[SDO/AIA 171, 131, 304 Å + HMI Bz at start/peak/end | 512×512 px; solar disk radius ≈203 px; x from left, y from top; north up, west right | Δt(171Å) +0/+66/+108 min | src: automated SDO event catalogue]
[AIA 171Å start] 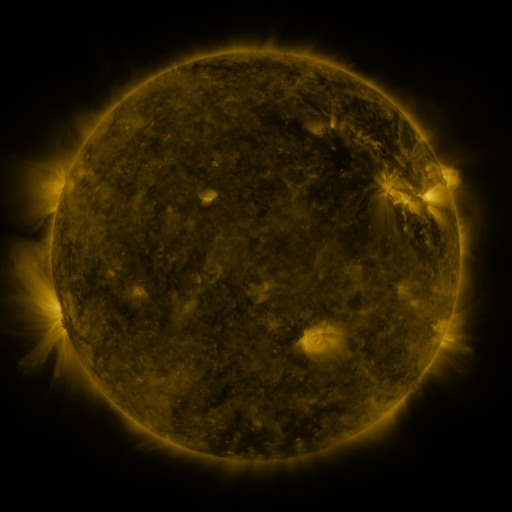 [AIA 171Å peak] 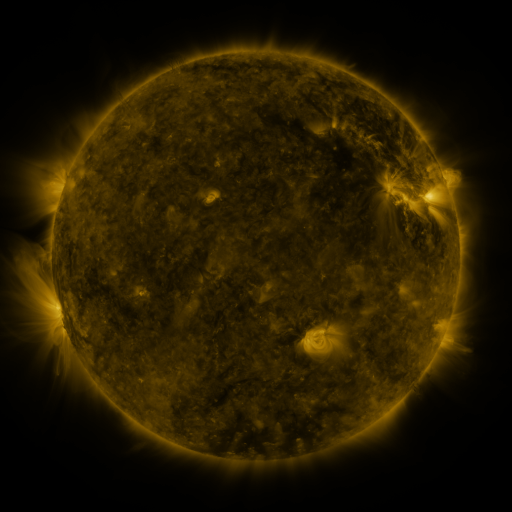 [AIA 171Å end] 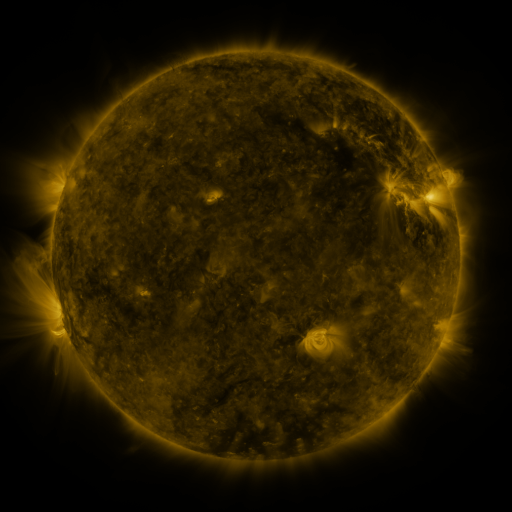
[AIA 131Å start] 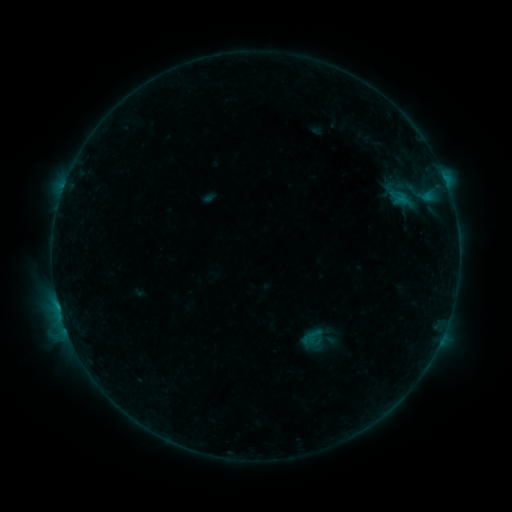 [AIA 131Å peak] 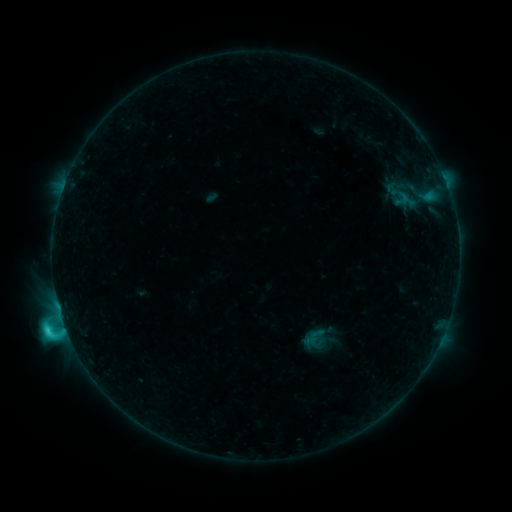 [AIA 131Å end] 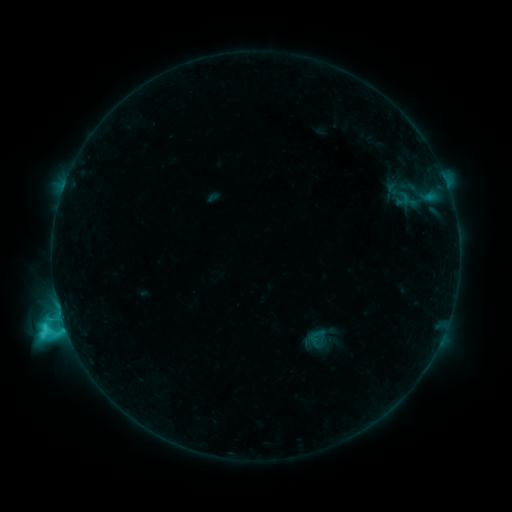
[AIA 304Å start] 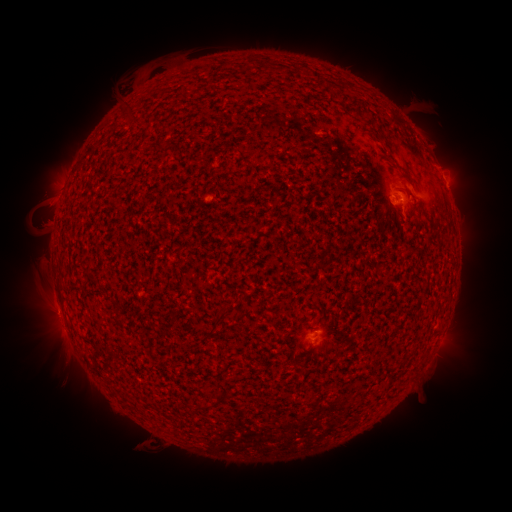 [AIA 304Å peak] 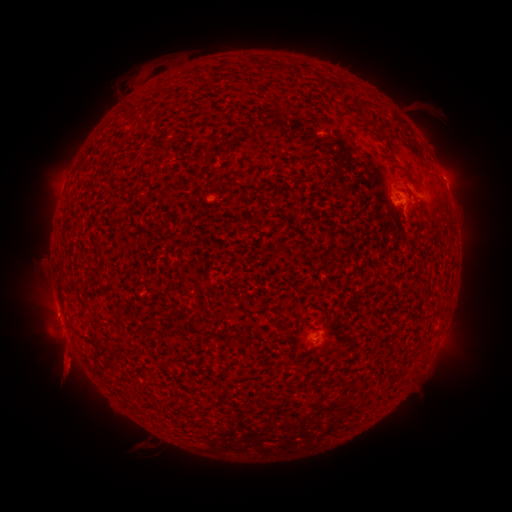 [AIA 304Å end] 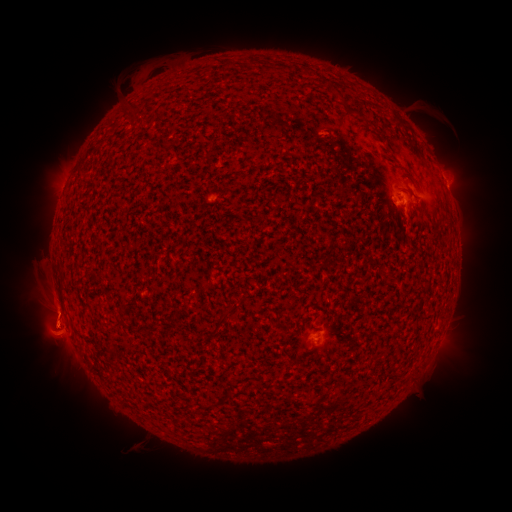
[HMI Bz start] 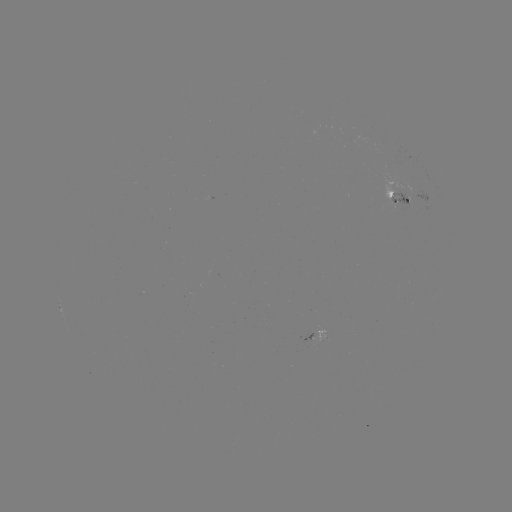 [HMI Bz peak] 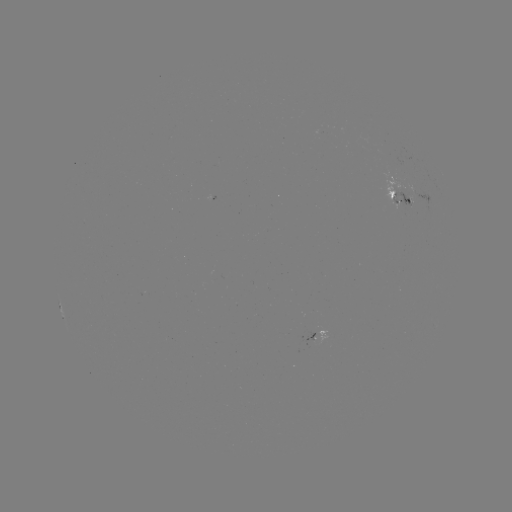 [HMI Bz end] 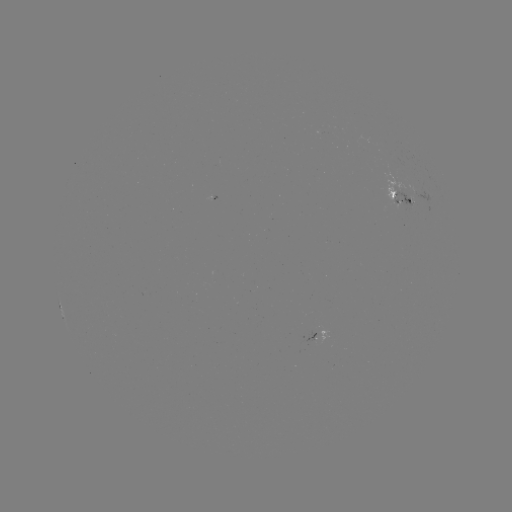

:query C3.3 flare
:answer (65, 323)